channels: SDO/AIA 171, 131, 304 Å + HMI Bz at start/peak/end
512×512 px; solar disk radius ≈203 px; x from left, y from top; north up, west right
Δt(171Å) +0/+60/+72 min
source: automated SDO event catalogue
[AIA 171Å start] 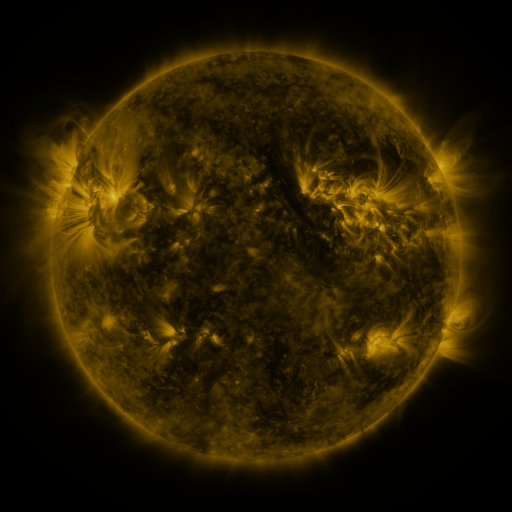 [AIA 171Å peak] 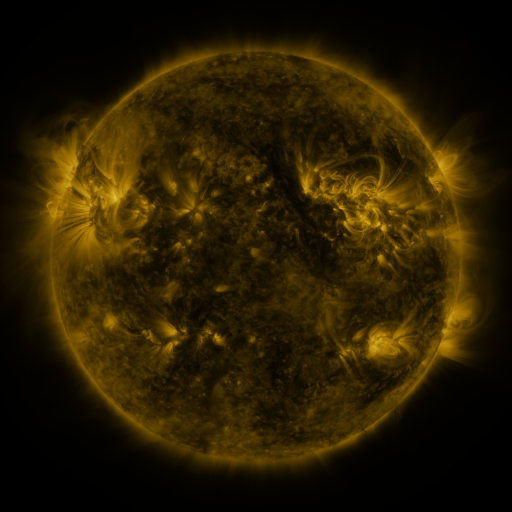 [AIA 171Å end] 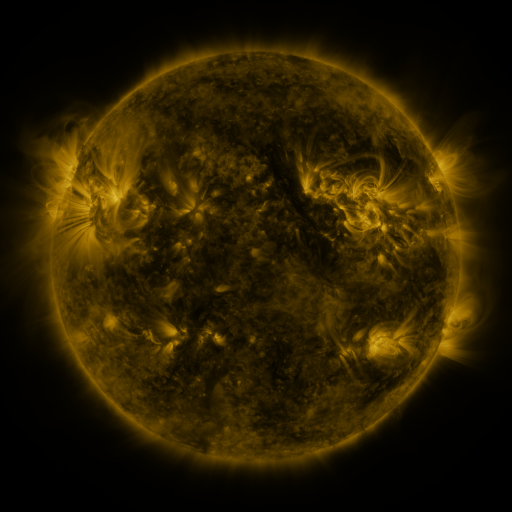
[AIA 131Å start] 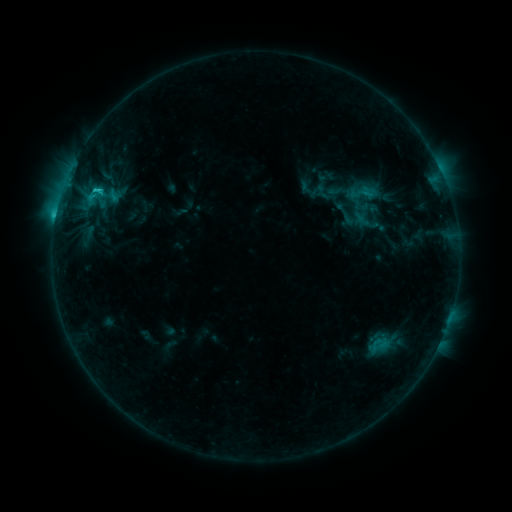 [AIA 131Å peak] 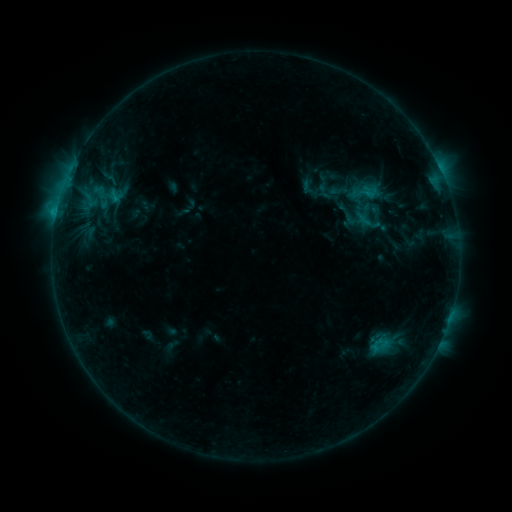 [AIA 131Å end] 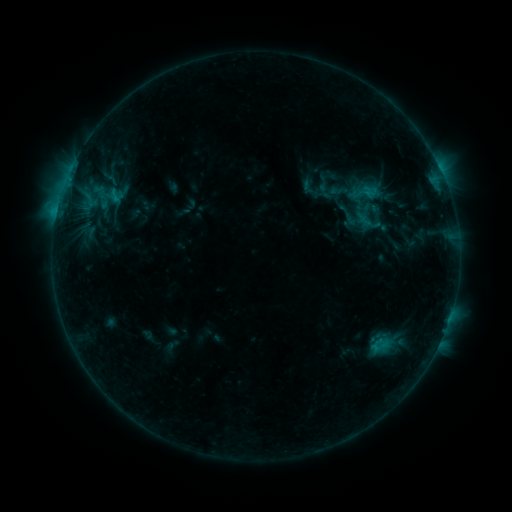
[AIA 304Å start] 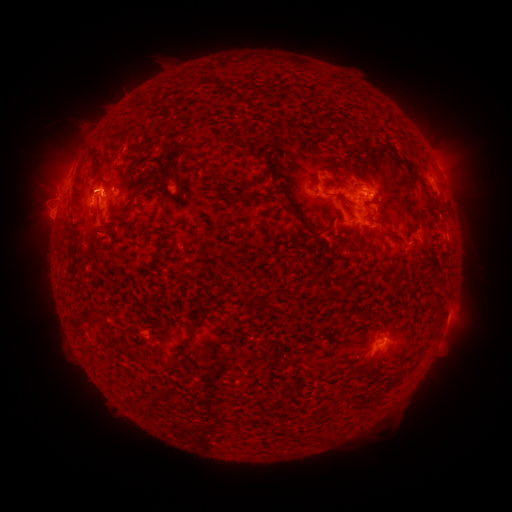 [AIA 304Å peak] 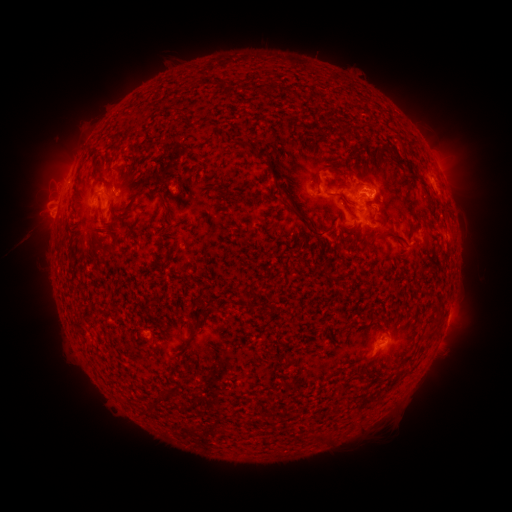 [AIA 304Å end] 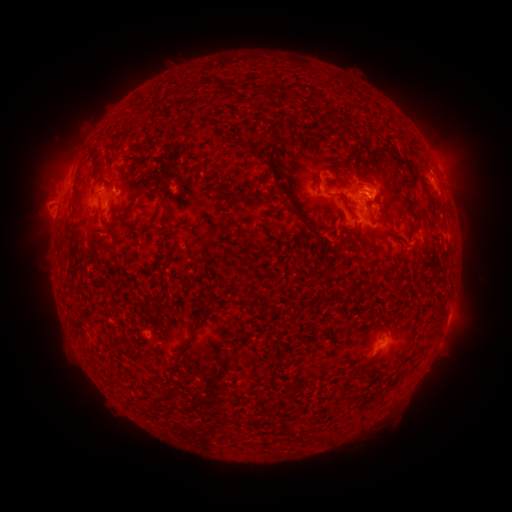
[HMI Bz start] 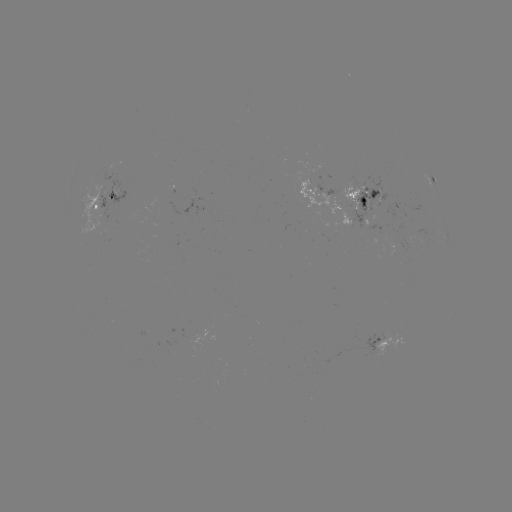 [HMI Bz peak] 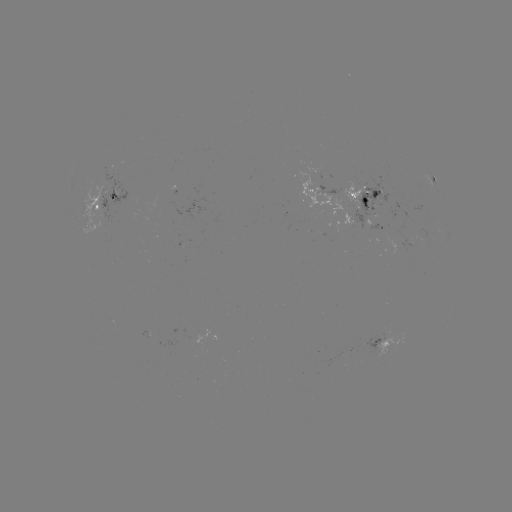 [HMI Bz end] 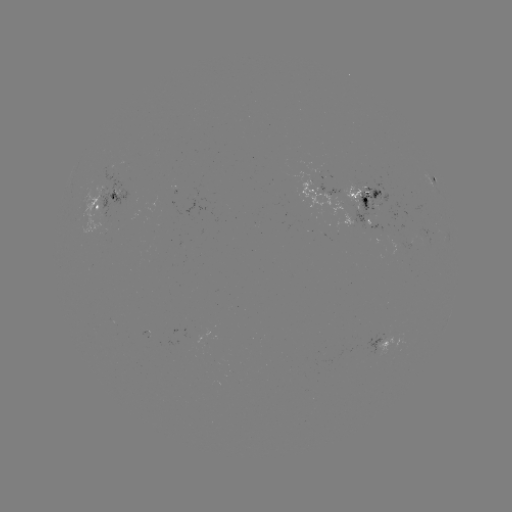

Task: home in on emerging-flux region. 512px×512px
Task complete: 110,199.